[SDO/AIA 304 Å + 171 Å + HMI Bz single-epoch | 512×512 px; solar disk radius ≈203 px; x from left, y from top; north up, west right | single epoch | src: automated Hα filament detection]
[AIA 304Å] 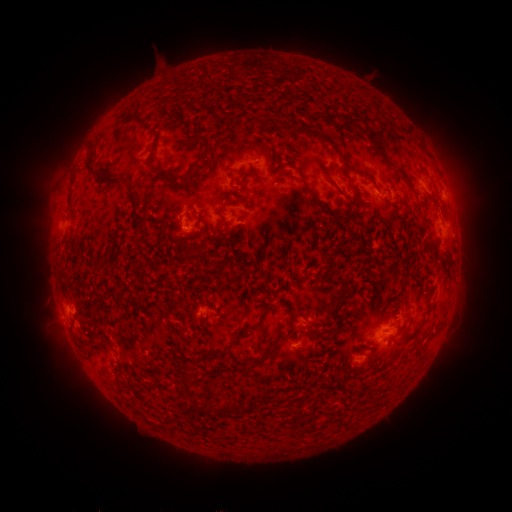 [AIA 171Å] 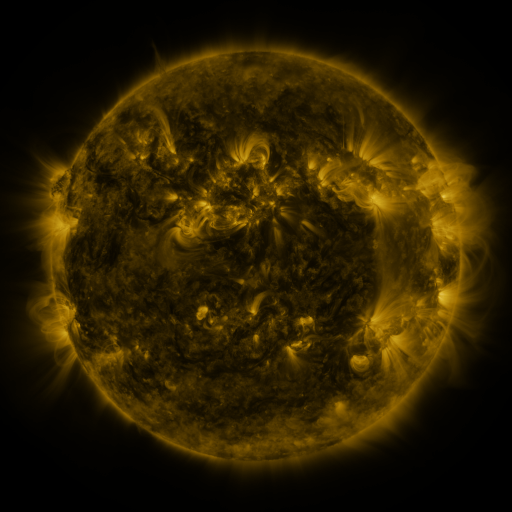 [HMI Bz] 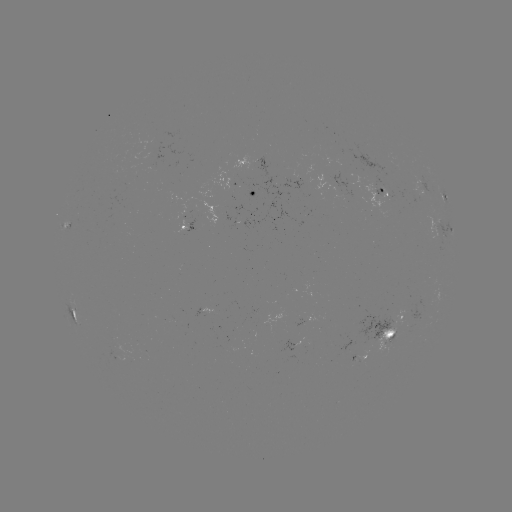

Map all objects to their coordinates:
filament: <bbox>319, 111, 328, 119</bbox>
filament: <bbox>341, 120, 386, 152</bbox>
filament: <bbox>272, 122, 346, 165</bbox>
filament: <bbox>192, 135, 212, 169</bbox>
filament: <bbox>84, 153, 102, 176</bbox>
filament: <bbox>230, 153, 257, 184</bbox>
filament: <bbox>145, 155, 183, 188</bbox>
filament: <bbox>208, 169, 218, 198</bbox>
filament: <bbox>103, 175, 124, 185</bbox>
filament: <bbox>327, 177, 345, 197</bbox>
filament: <bbox>403, 178, 415, 193</bbox>
filament: <bbox>349, 182, 361, 201</bbox>
filament: <bbox>306, 186, 342, 217</bbox>
filament: <bbox>197, 188, 207, 196</bbox>
filament: <bbox>440, 202, 449, 213</bbox>
filament: <bbox>132, 209, 148, 223</bbox>
filament: <bbox>344, 213, 353, 224</bbox>
filament: <bbox>214, 230, 237, 248</bbox>
filament: <bbox>306, 230, 332, 254</bbox>
filament: <bbox>99, 234, 115, 259</bbox>
filament: <bbox>208, 237, 222, 250</bbox>
filament: <bbox>227, 246, 242, 258</bbox>
filament: <bbox>186, 248, 198, 256</bbox>
filament: <bbox>209, 252, 220, 259</bbox>
filament: <bbox>319, 256, 336, 282</bbox>
filament: <bbox>196, 265, 210, 278</bbox>
filament: <bbox>289, 265, 299, 278</bbox>
filament: <bbox>322, 284, 352, 327</bbox>
filament: <bbox>163, 291, 172, 310</bbox>
filament: <bbox>259, 308, 268, 314</bbox>
filament: <bbox>337, 308, 349, 319</bbox>
filament: <bbox>290, 311, 315, 352</bbox>
filament: <bbox>200, 316, 208, 327</bbox>
filament: <bbox>202, 323, 257, 359</bbox>
filament: <bbox>403, 331, 411, 343</bbox>
filament: <bbox>272, 334, 283, 349</bbox>
filament: <bbox>172, 338, 186, 353</bbox>
filament: <bbox>255, 345, 274, 366</bbox>
filament: <bbox>281, 356, 308, 373</bbox>
filament: <bbox>236, 363, 246, 372</bbox>
filament: <bbox>179, 384, 190, 395</bbox>
filament: <bbox>207, 400, 215, 411</bbox>
filament: <bbox>191, 401, 199, 411</bbox>
filament: <bbox>218, 402, 243, 416</bbox>
